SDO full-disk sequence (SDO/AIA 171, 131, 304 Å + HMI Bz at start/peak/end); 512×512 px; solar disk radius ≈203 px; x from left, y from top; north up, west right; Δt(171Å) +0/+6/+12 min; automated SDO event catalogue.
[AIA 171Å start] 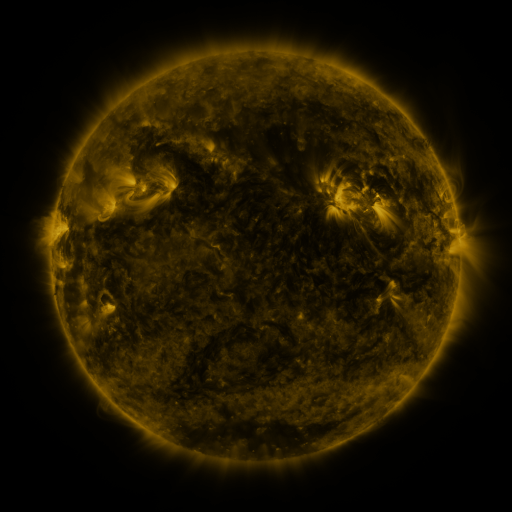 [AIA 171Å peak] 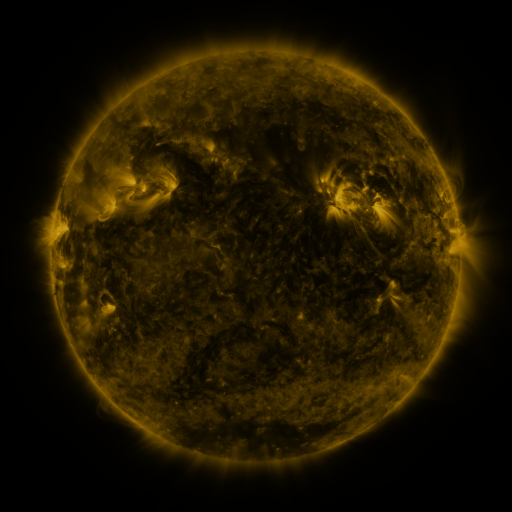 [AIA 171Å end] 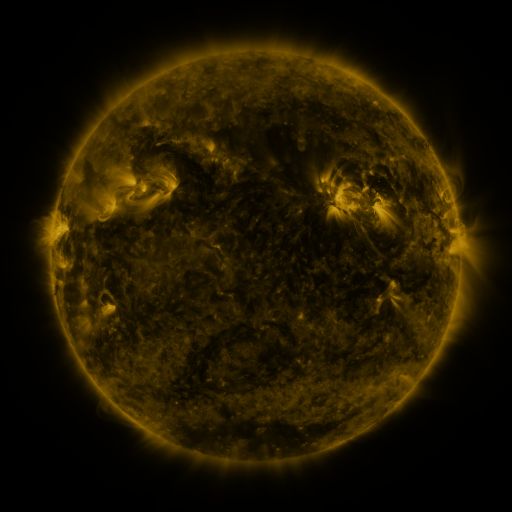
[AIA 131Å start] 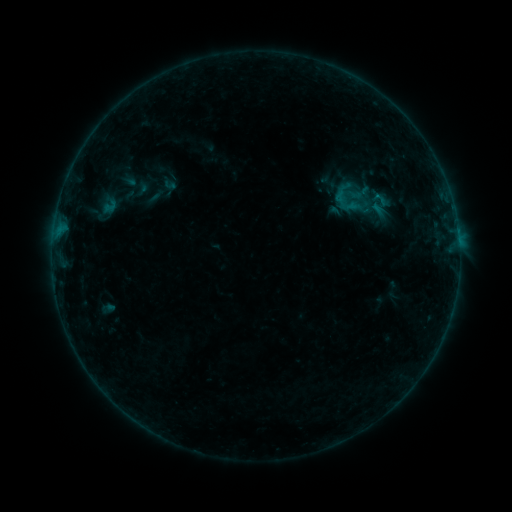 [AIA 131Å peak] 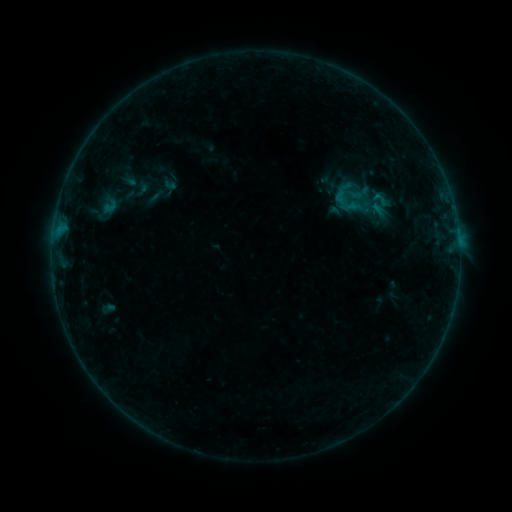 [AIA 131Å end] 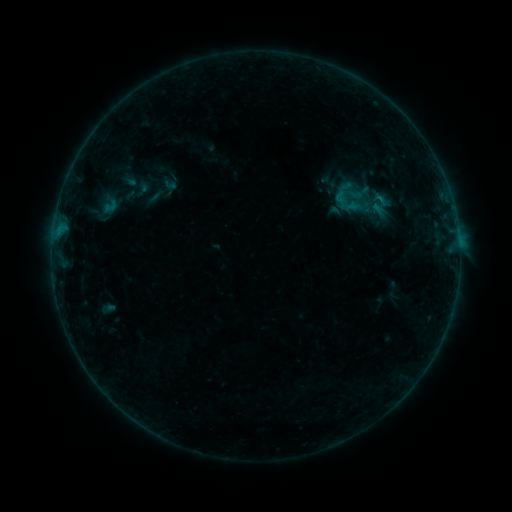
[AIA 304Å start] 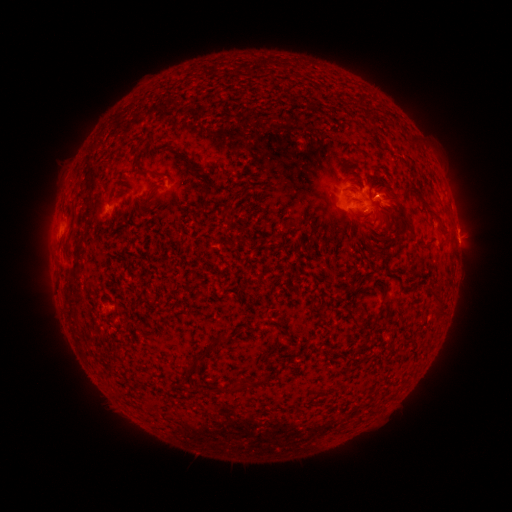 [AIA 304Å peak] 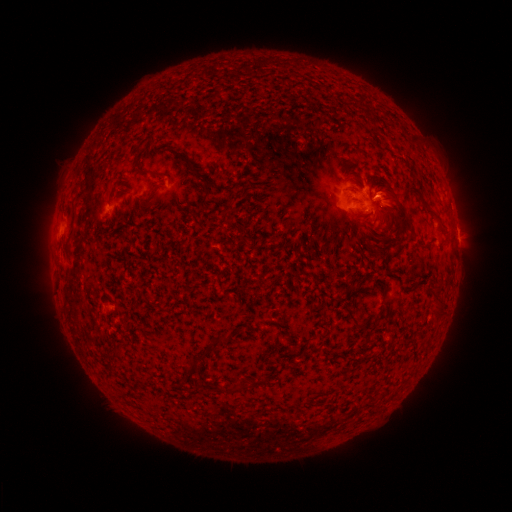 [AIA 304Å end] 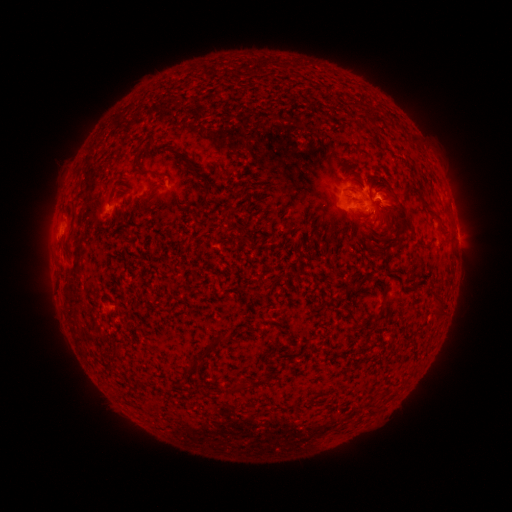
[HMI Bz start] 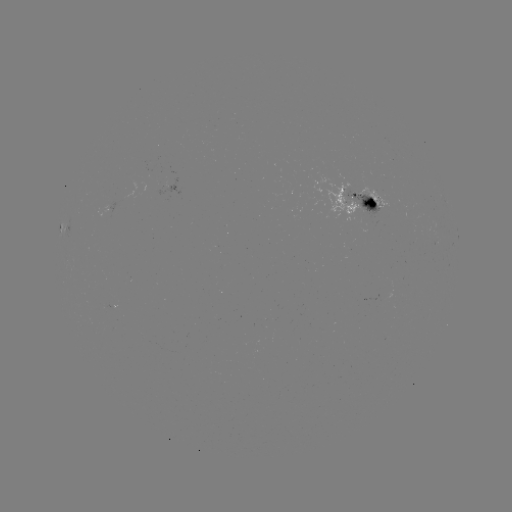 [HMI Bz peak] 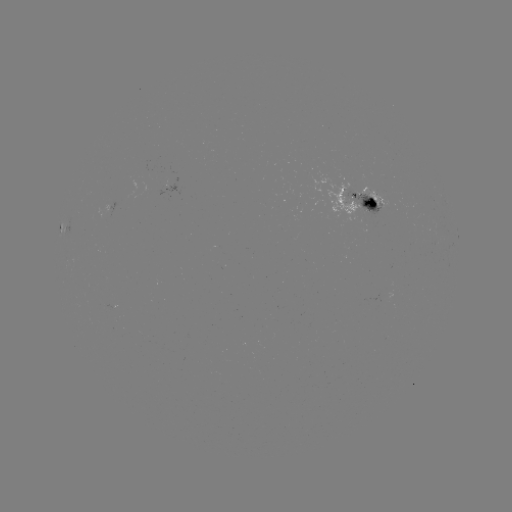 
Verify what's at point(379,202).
B4.8 flare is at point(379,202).